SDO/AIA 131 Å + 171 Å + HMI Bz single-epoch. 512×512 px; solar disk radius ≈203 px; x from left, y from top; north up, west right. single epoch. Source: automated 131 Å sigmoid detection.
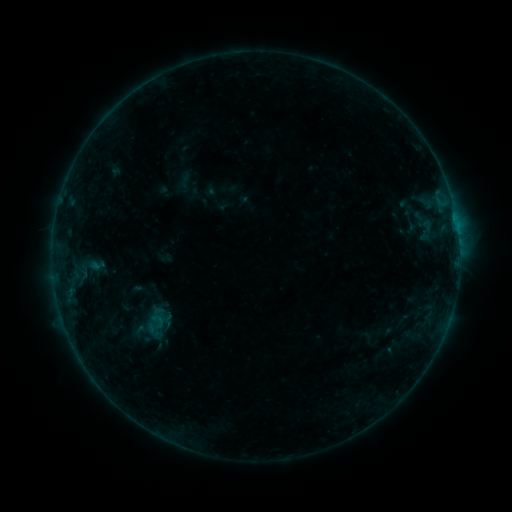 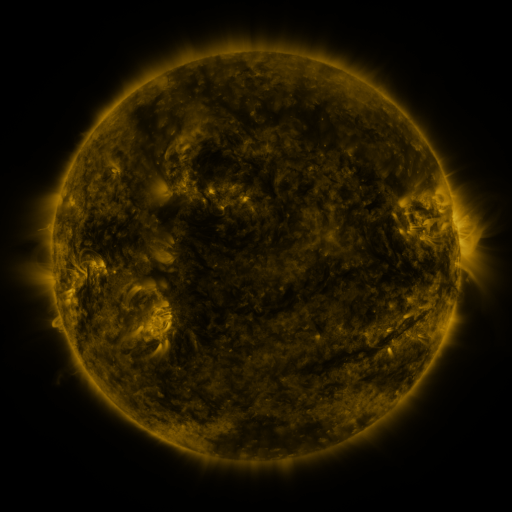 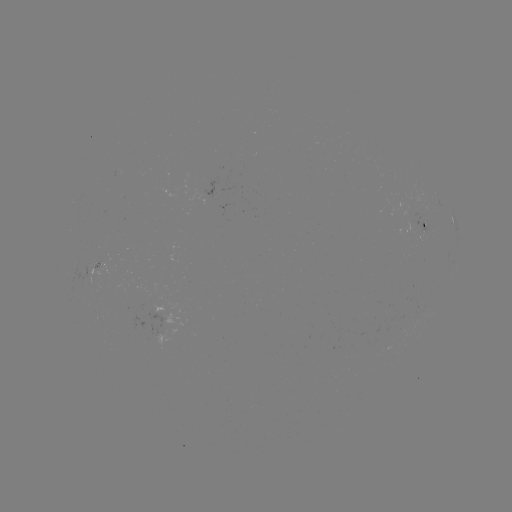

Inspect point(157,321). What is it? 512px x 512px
sigmoid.